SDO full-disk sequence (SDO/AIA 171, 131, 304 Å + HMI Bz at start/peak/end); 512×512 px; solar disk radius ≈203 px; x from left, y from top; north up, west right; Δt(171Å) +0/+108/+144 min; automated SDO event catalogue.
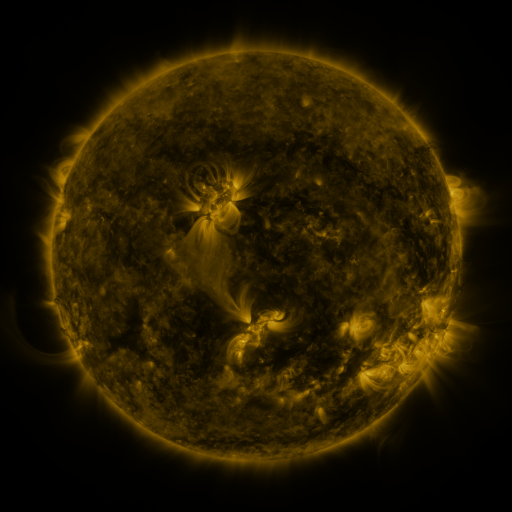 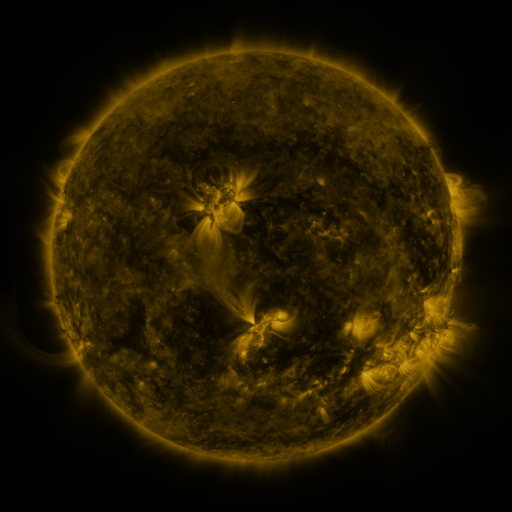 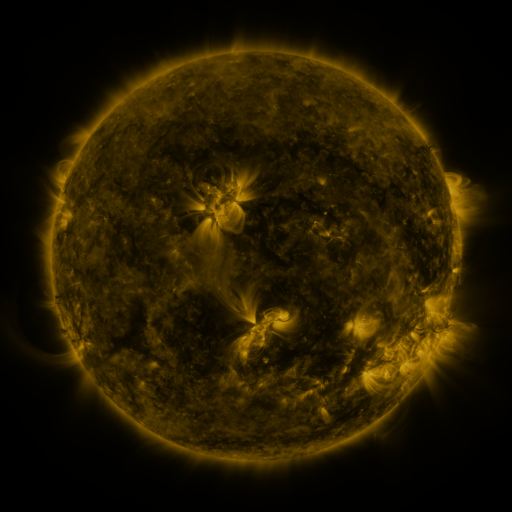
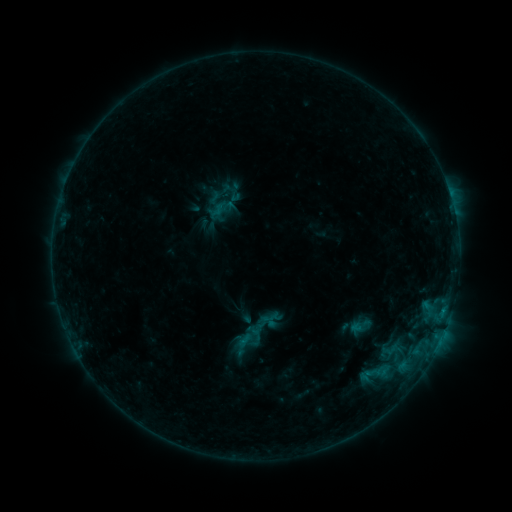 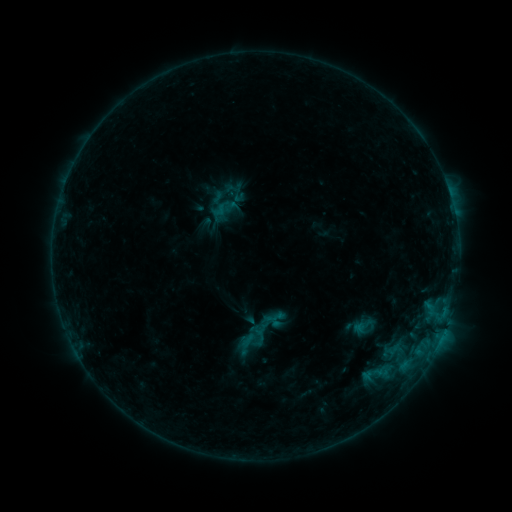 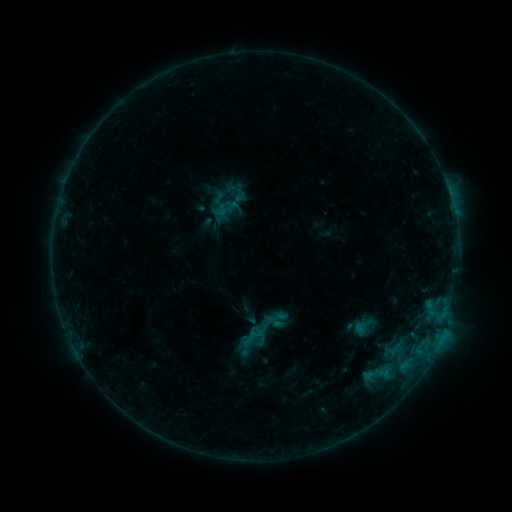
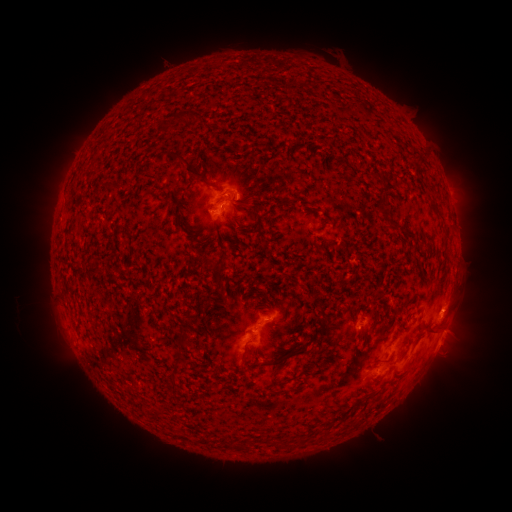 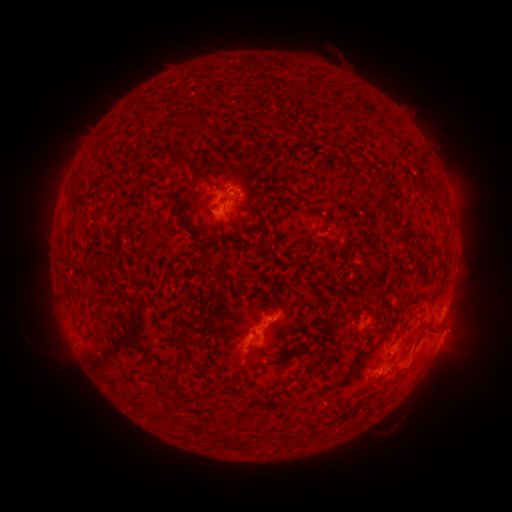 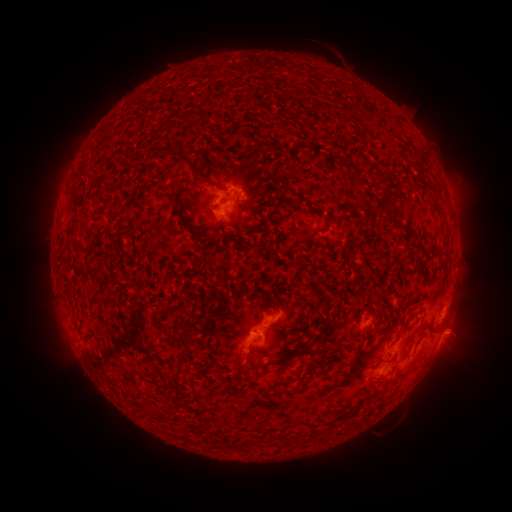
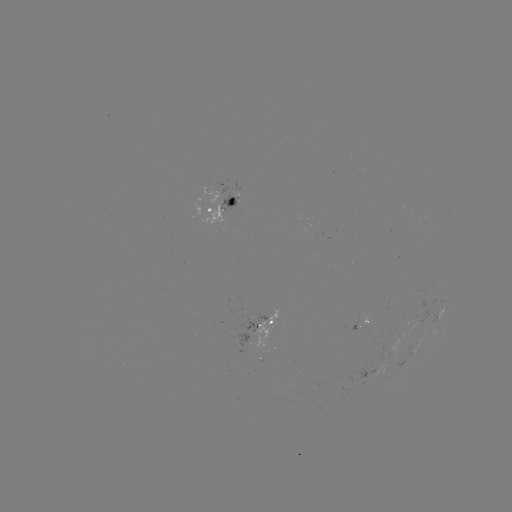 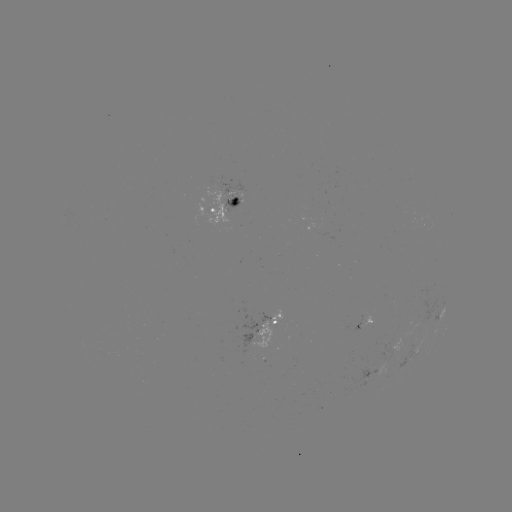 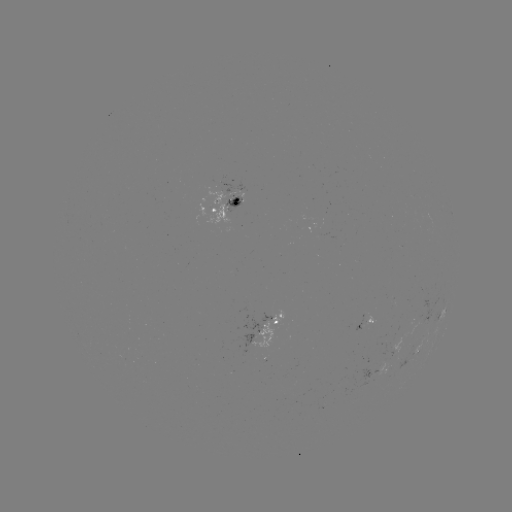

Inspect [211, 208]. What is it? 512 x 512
emerging-flux region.